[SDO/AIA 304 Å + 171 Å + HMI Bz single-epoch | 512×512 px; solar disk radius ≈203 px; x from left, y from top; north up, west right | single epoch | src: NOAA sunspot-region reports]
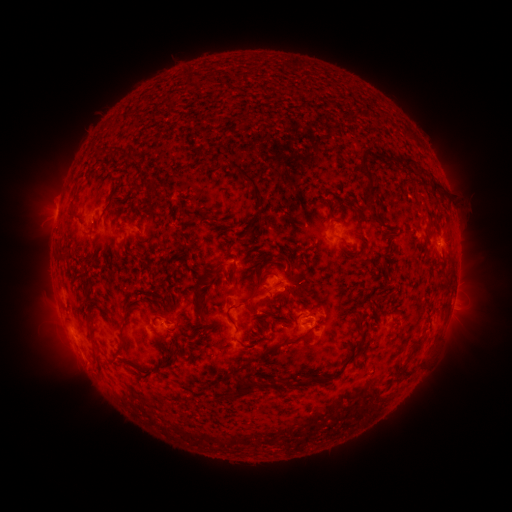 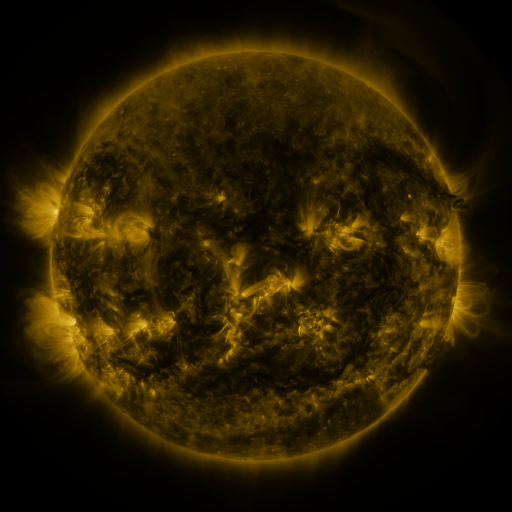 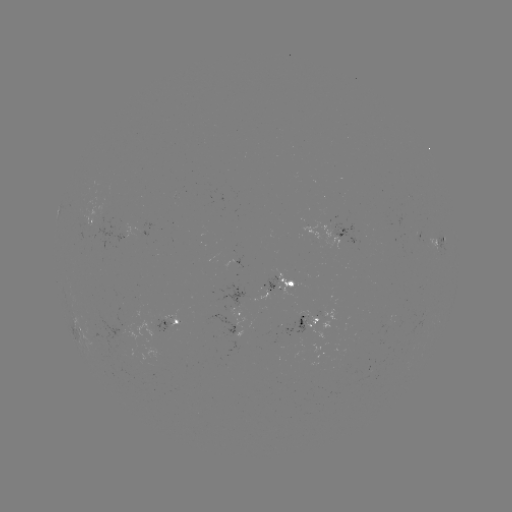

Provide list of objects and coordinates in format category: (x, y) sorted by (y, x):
spotted active region: (95, 223)
spotted active region: (346, 230)
spotted active region: (440, 237)
spotted active region: (284, 282)
spotted active region: (457, 283)
spotted active region: (314, 316)
spotted active region: (242, 317)
spotted active region: (172, 322)
spotted active region: (79, 327)
